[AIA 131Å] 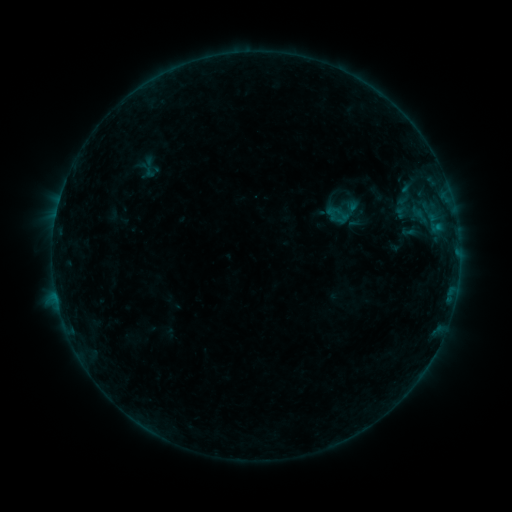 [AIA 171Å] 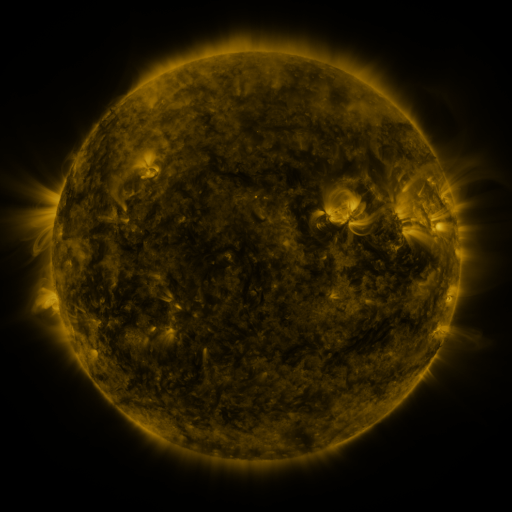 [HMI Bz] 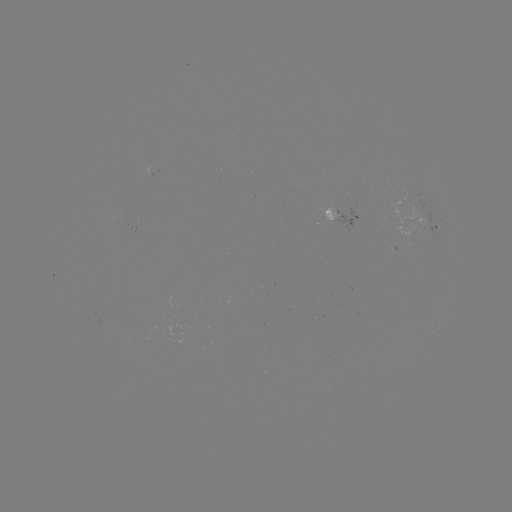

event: sigmoid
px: (408, 231)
